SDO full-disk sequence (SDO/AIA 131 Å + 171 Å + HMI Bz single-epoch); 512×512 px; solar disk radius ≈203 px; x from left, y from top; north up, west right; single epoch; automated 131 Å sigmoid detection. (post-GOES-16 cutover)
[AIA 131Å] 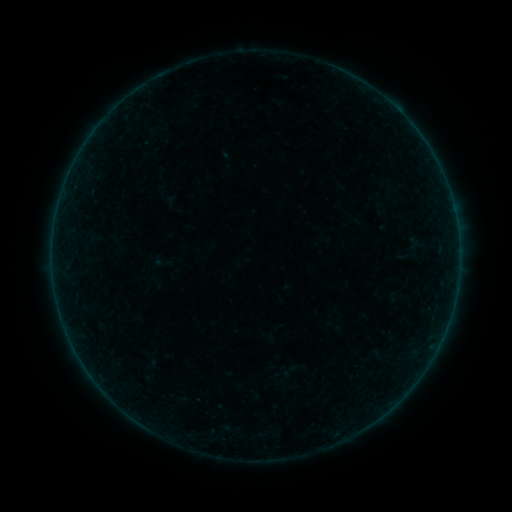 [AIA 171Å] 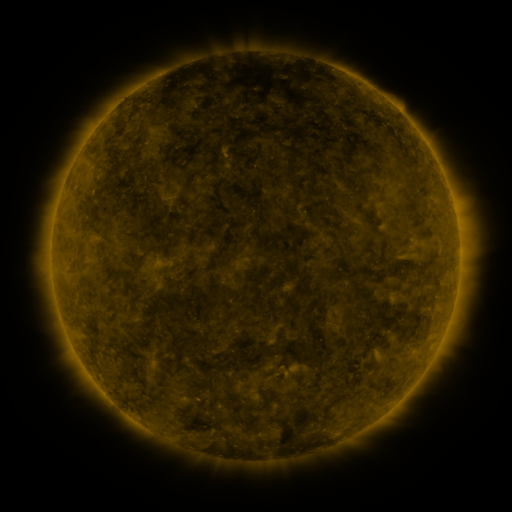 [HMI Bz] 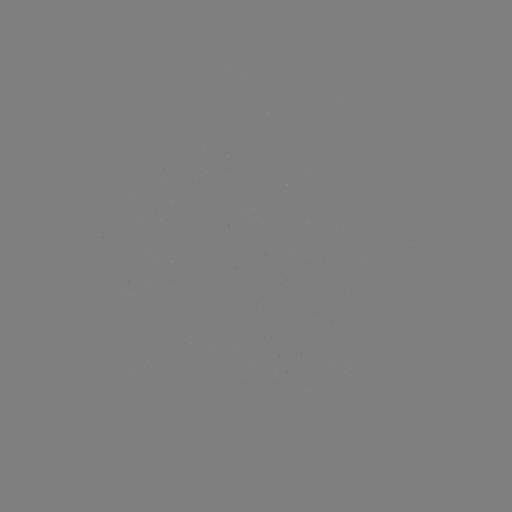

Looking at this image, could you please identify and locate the sigmoid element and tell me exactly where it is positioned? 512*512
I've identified sigmoid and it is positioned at (284, 378).